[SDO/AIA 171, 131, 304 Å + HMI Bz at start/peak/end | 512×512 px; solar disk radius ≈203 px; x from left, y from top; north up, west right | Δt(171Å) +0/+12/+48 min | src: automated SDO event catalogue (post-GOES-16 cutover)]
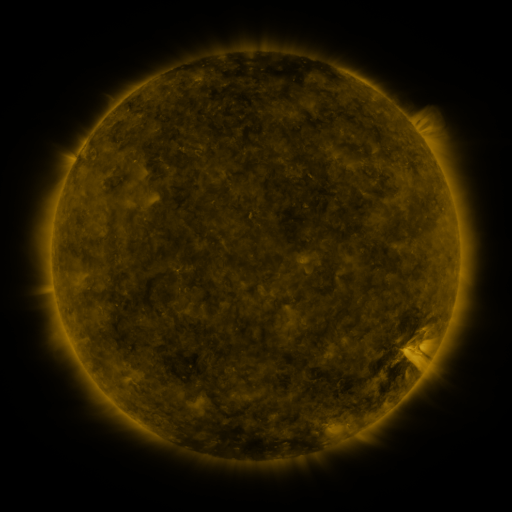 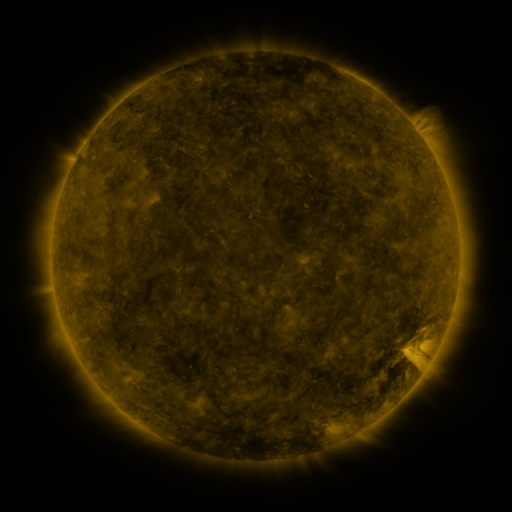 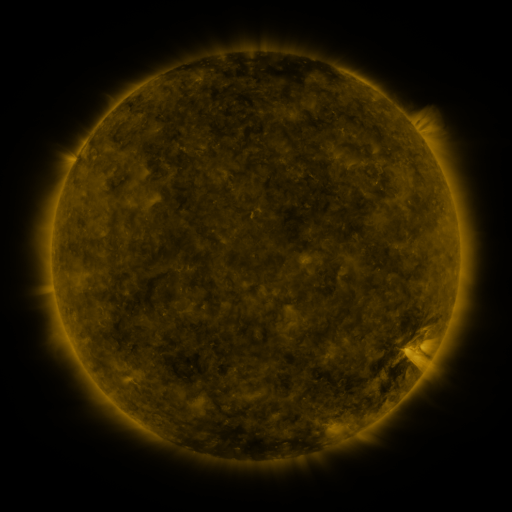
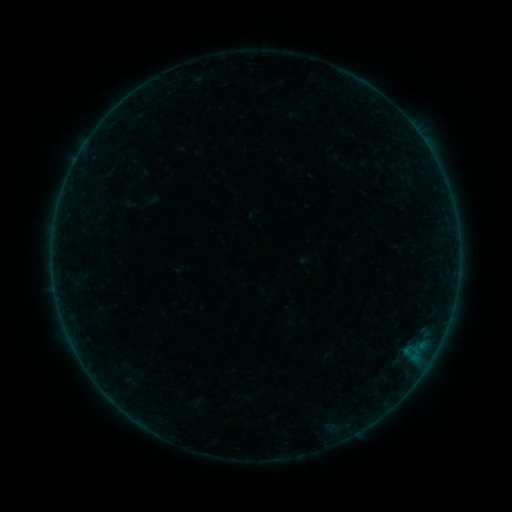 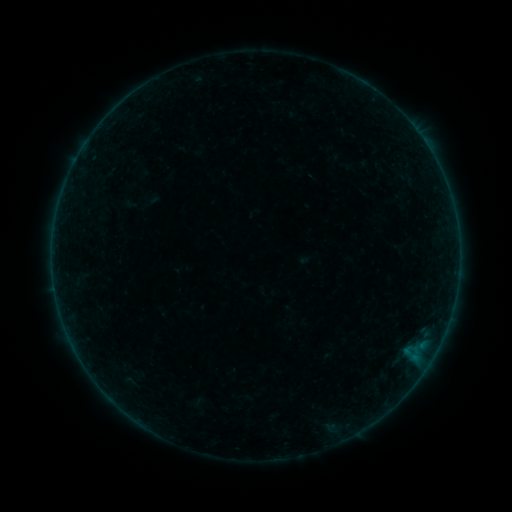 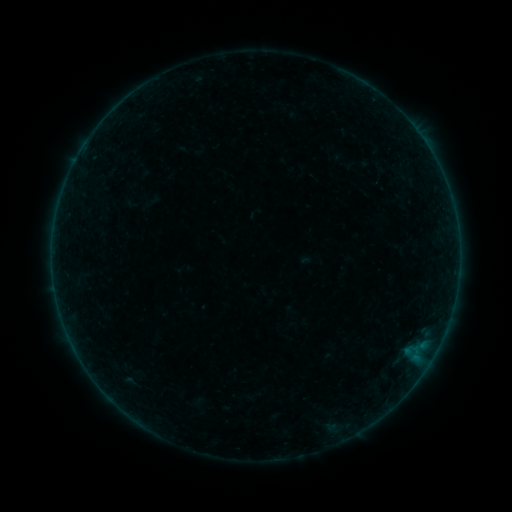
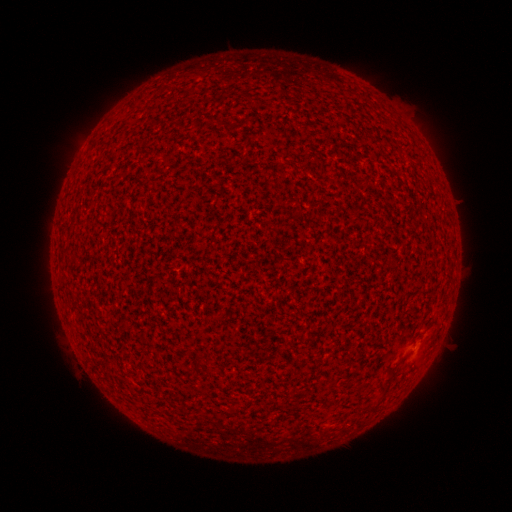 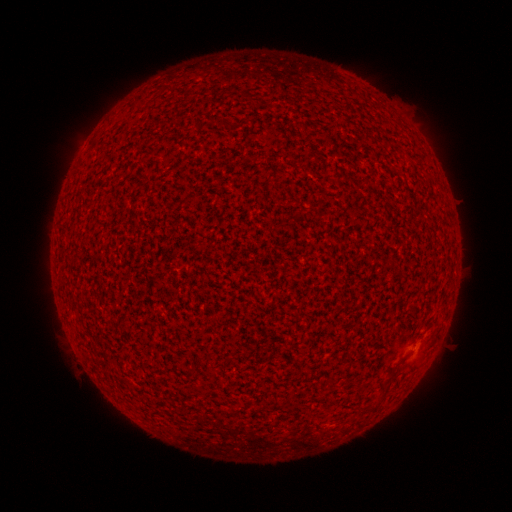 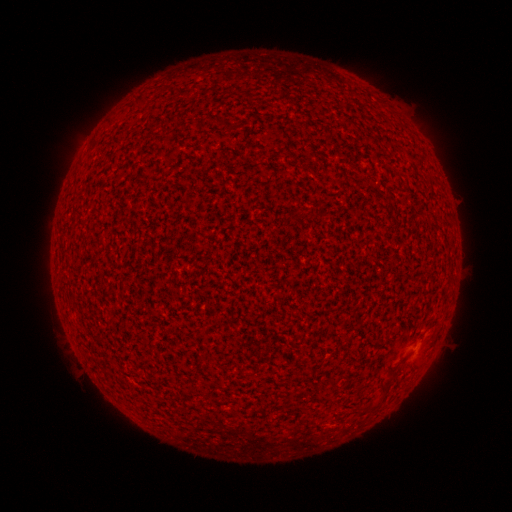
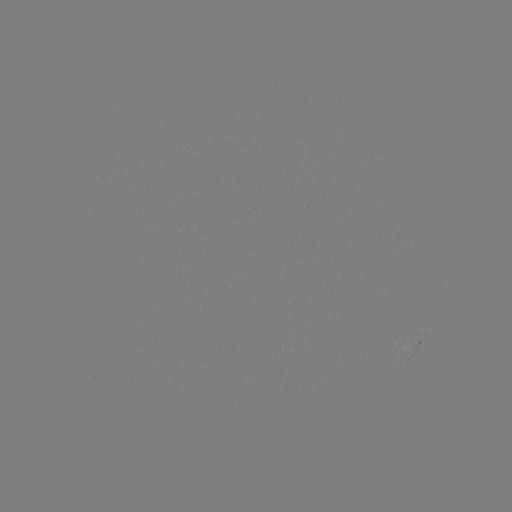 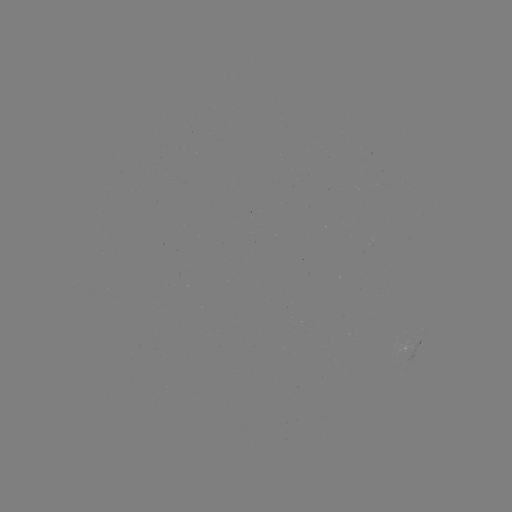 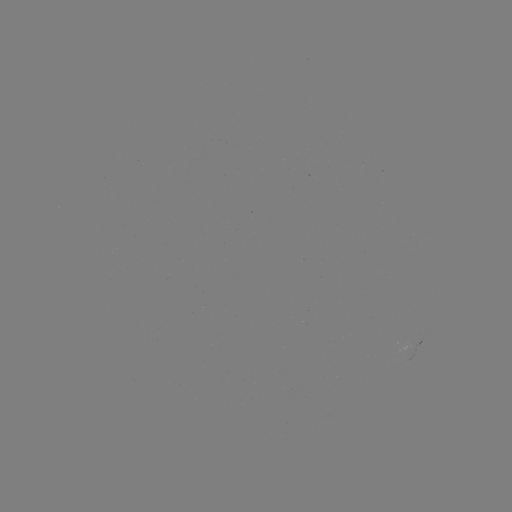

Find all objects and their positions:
A2.6 flare: (417, 346)
